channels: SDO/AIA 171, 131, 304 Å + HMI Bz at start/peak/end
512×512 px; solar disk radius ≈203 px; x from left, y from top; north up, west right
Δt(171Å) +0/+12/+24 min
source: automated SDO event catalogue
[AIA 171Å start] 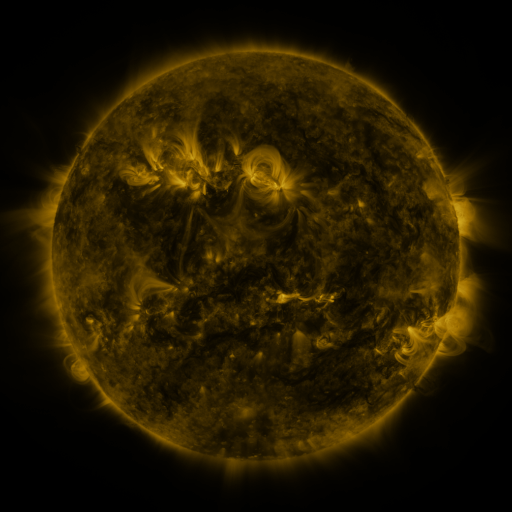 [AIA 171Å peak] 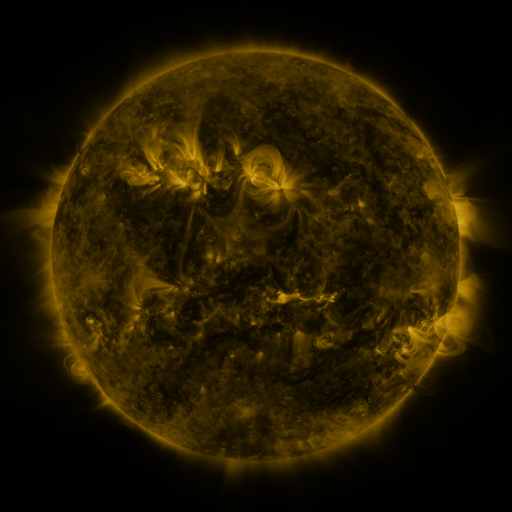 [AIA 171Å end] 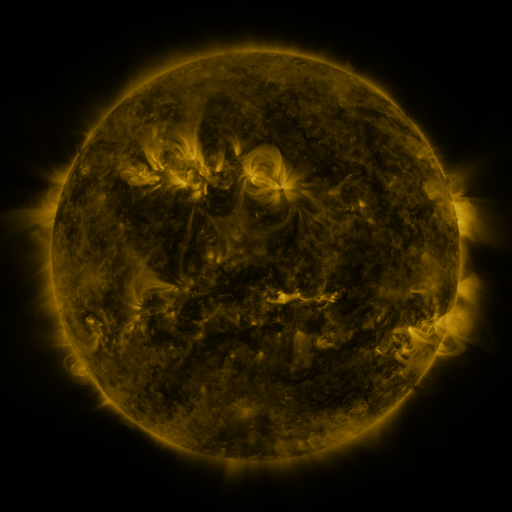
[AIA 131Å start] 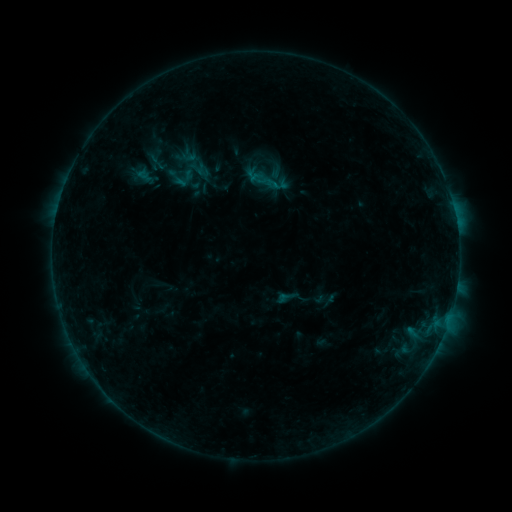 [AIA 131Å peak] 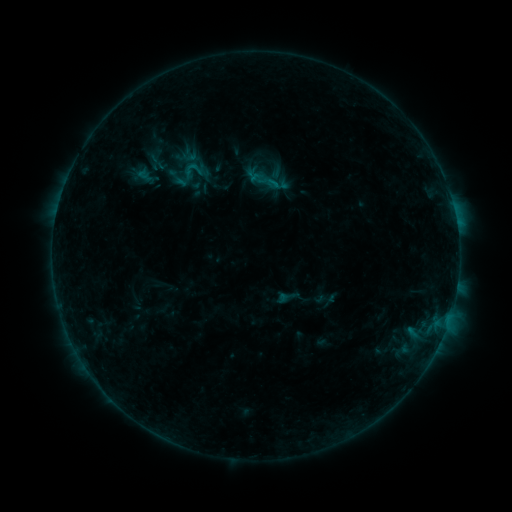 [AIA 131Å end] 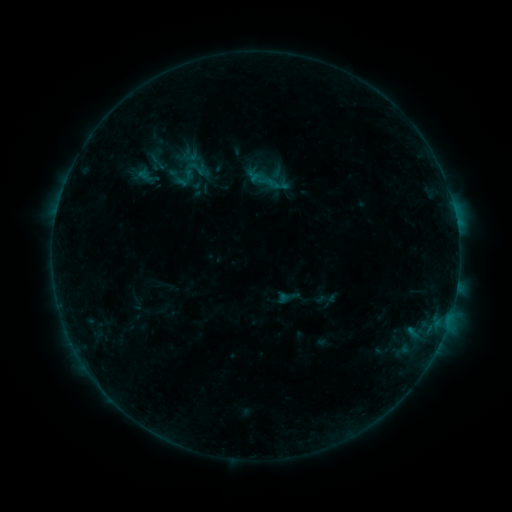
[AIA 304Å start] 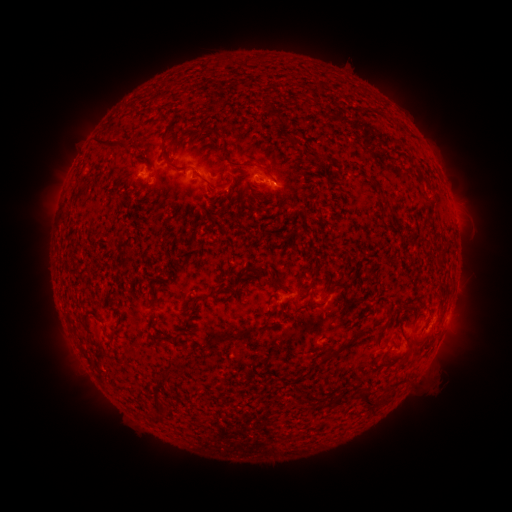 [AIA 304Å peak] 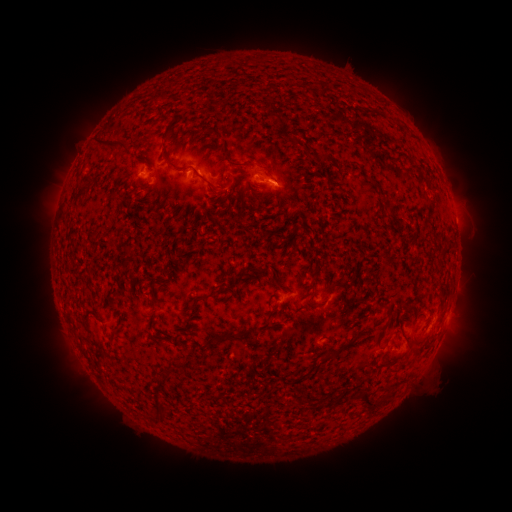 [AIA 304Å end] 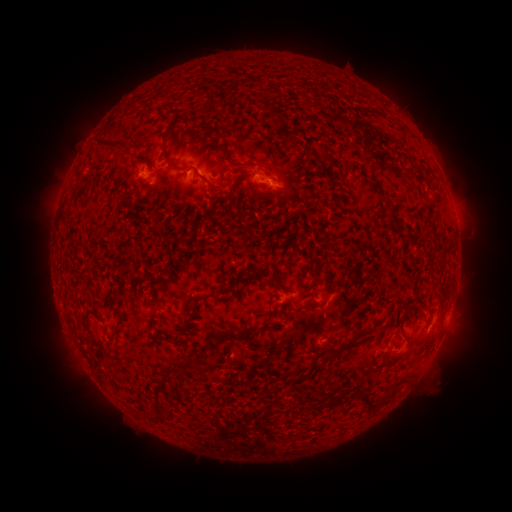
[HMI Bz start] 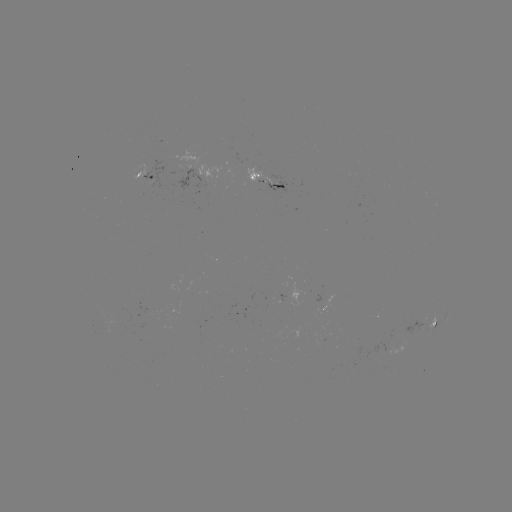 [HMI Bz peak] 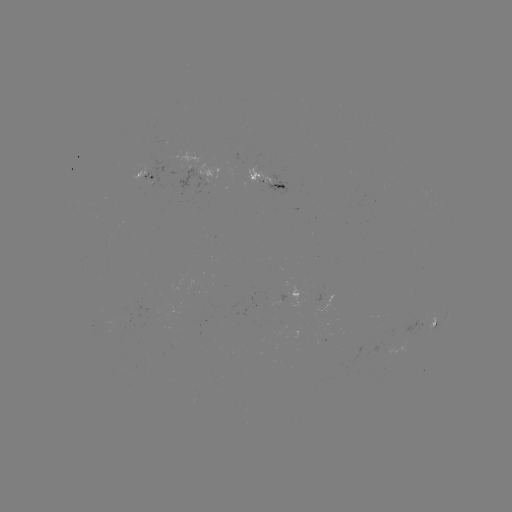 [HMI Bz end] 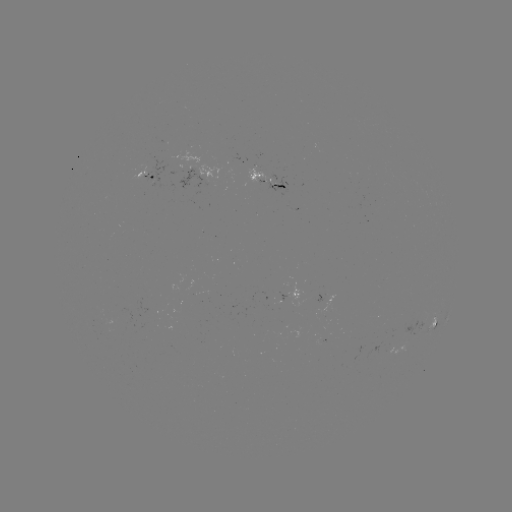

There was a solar flare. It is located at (273, 185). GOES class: B4.3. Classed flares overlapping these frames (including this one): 1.